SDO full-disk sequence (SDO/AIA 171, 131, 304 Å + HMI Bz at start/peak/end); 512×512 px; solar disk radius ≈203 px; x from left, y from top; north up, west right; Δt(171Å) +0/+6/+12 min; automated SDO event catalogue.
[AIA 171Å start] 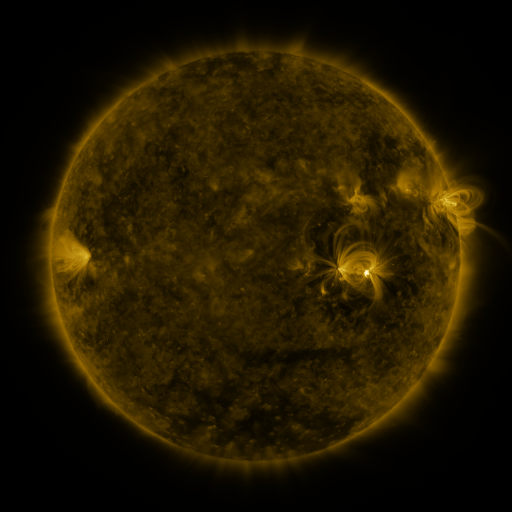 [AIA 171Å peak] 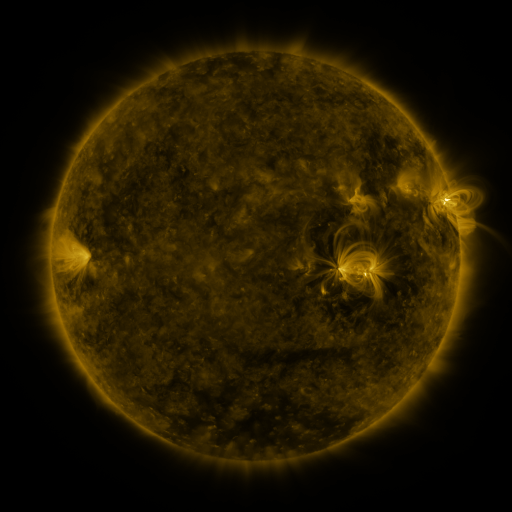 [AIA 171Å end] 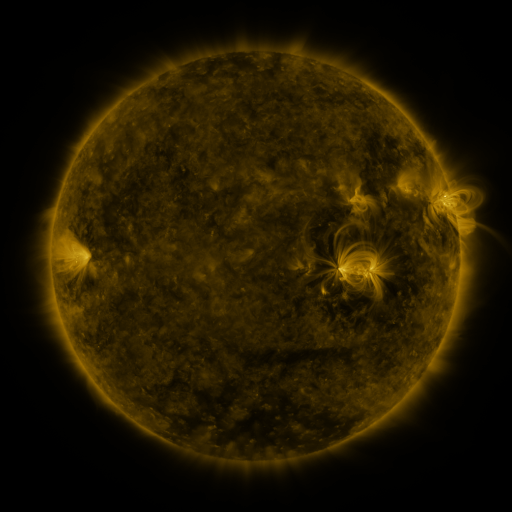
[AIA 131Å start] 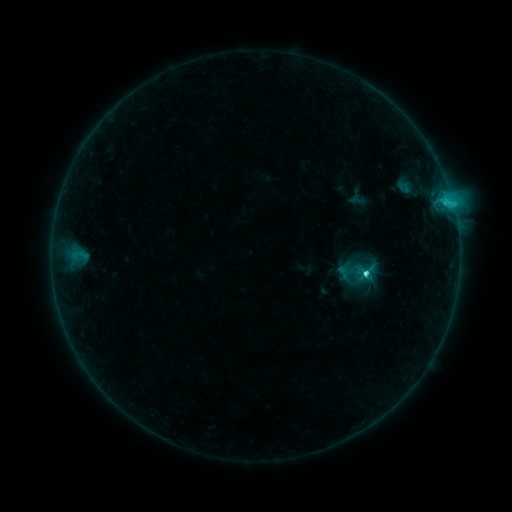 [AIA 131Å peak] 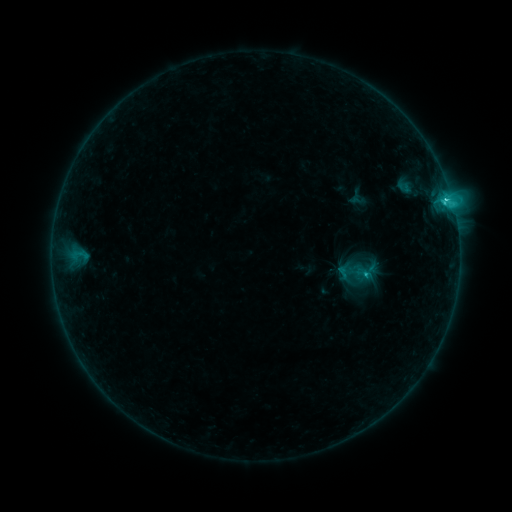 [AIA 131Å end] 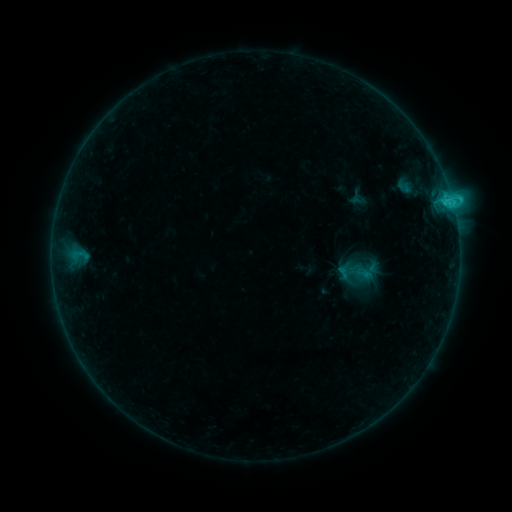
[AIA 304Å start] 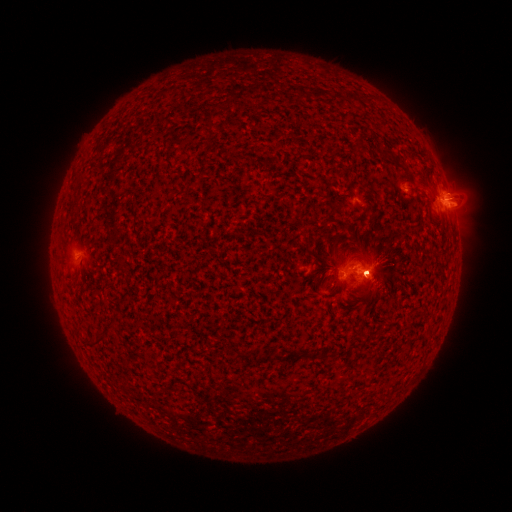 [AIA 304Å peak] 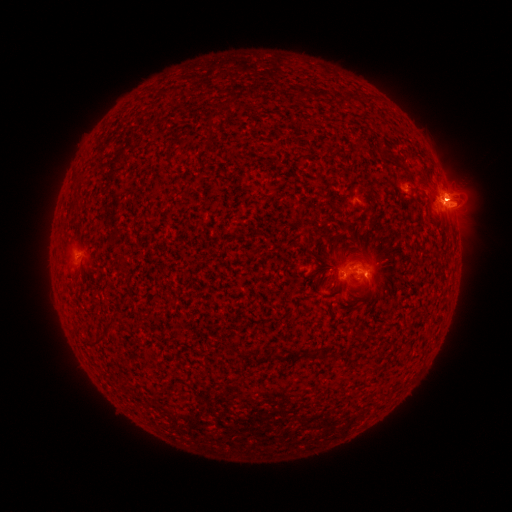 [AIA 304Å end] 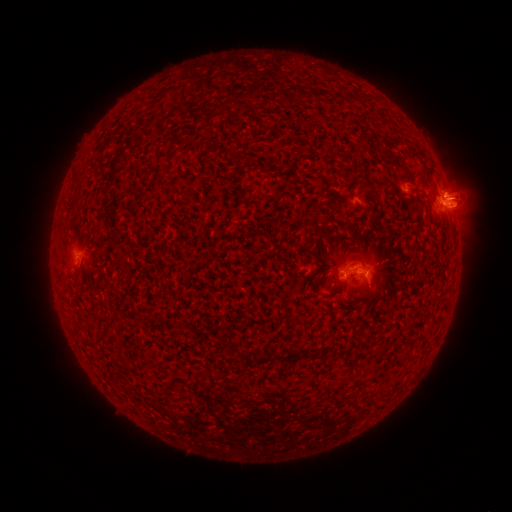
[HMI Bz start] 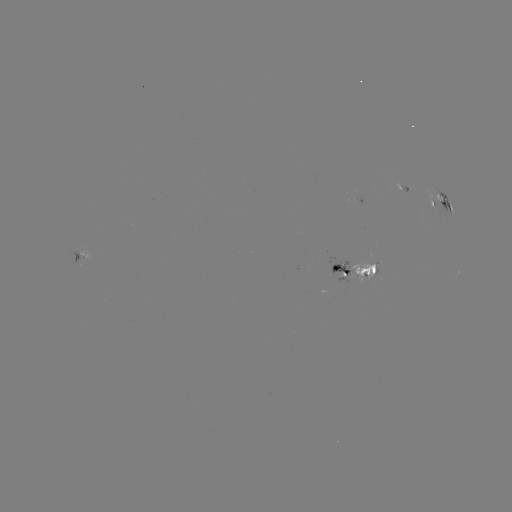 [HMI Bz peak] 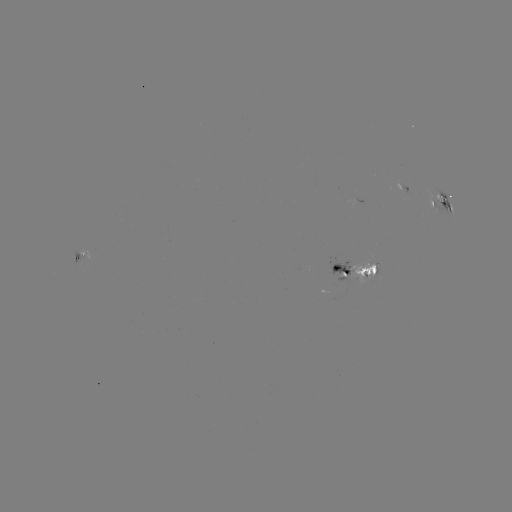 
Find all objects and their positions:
eruption: (465, 194)
